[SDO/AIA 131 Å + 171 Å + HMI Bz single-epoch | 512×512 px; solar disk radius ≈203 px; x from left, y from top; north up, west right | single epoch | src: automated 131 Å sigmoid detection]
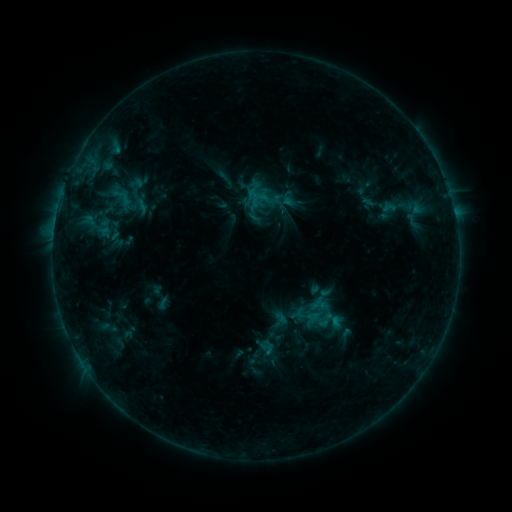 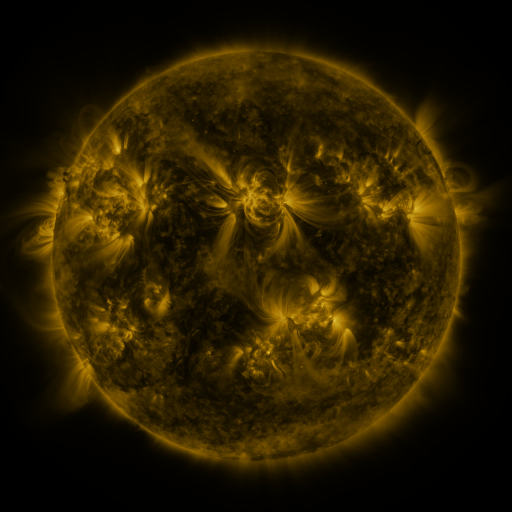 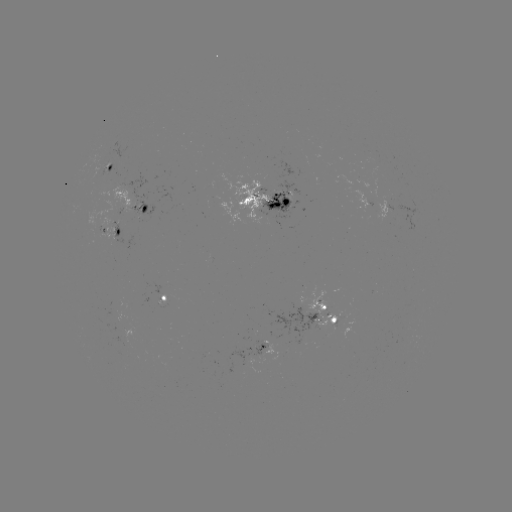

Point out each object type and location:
sigmoid: (413, 220)
sigmoid: (97, 228)
